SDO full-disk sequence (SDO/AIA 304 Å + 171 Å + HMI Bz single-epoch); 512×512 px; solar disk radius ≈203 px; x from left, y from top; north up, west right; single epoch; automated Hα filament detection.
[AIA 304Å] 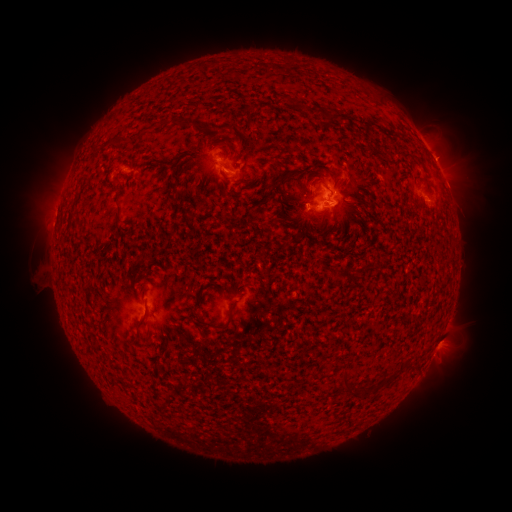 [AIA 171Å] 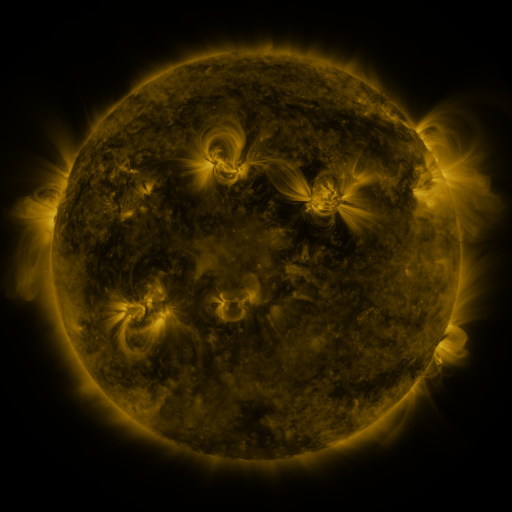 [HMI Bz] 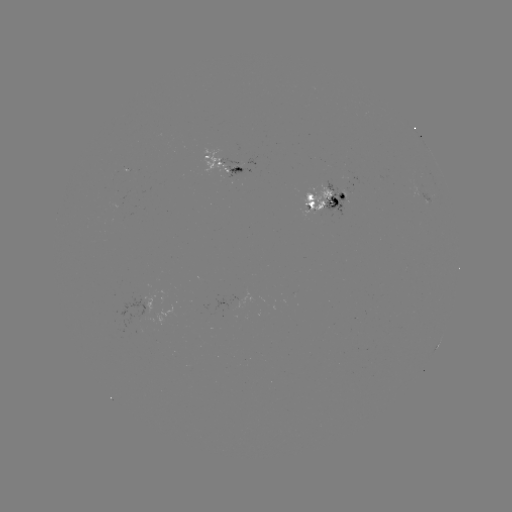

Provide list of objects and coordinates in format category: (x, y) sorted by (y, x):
filament: (289, 101)
filament: (329, 116)
filament: (189, 122)
filament: (219, 130)
filament: (404, 137)
filament: (120, 139)
filament: (231, 149)
filament: (88, 175)
filament: (316, 180)
filament: (119, 213)
filament: (209, 324)
filament: (137, 326)
filament: (344, 381)
filament: (358, 389)
